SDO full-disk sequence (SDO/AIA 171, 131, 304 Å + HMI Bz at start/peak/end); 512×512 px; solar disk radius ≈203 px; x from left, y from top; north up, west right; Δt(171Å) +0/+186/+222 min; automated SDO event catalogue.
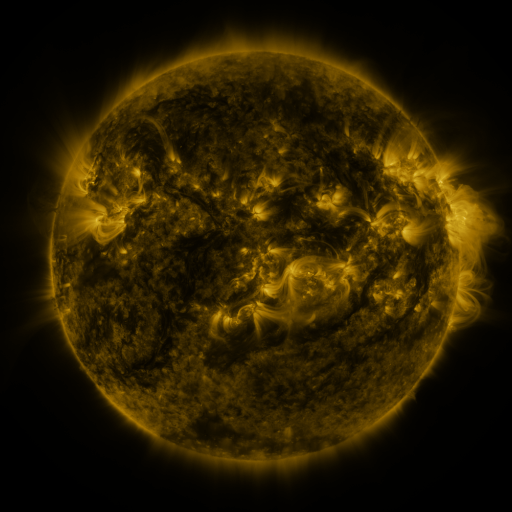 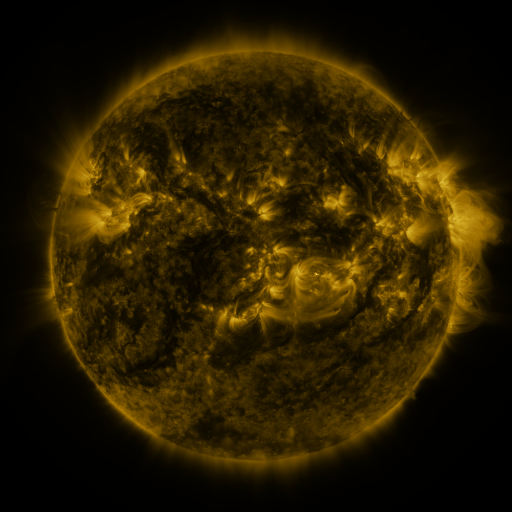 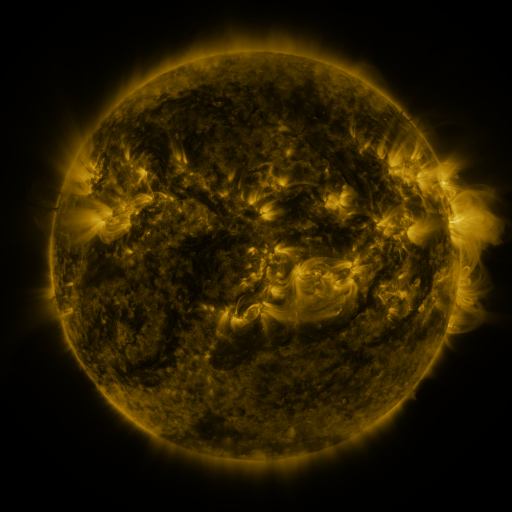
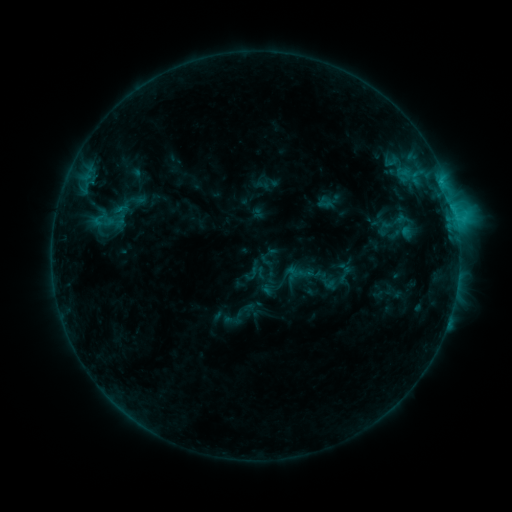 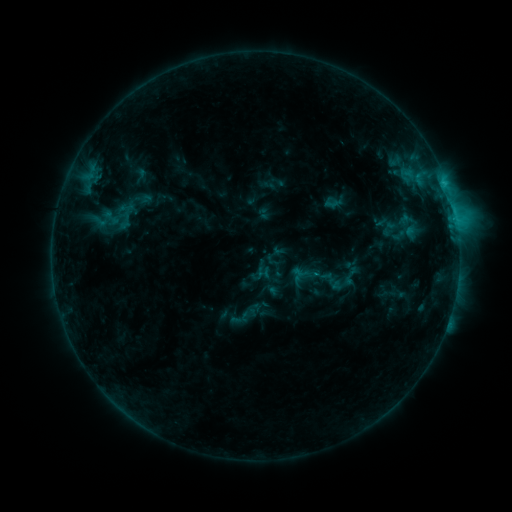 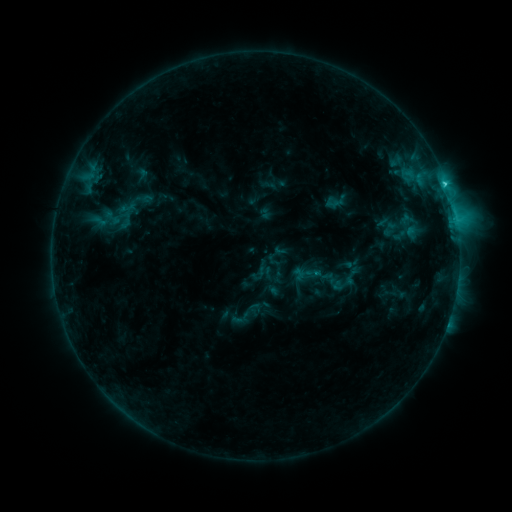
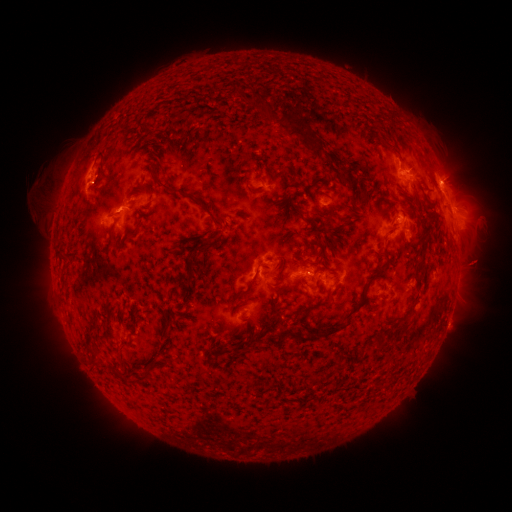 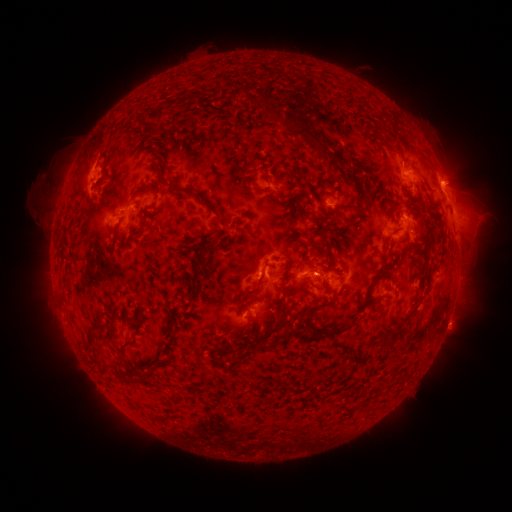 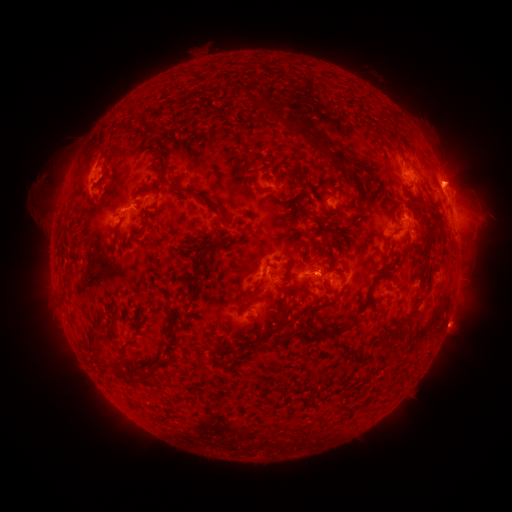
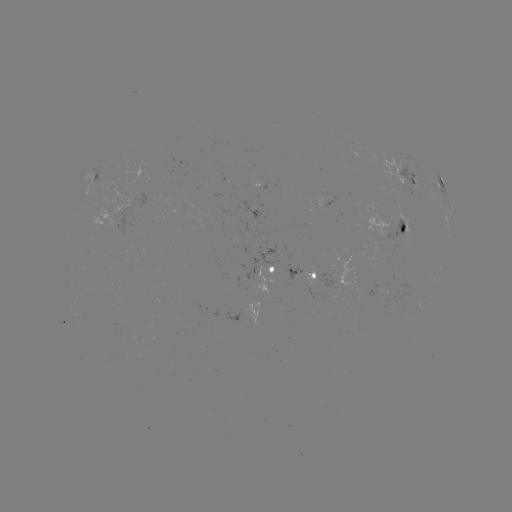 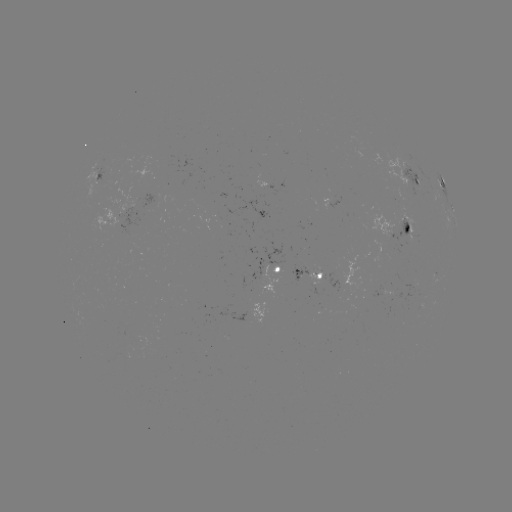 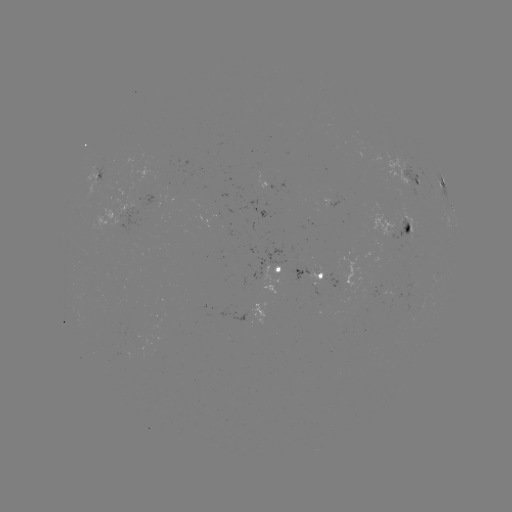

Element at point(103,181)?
emerging-flux region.